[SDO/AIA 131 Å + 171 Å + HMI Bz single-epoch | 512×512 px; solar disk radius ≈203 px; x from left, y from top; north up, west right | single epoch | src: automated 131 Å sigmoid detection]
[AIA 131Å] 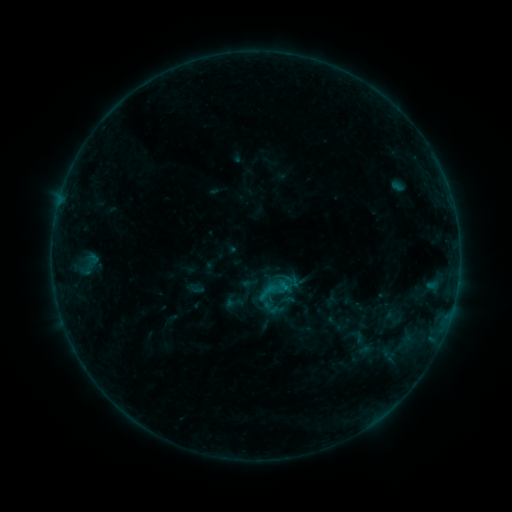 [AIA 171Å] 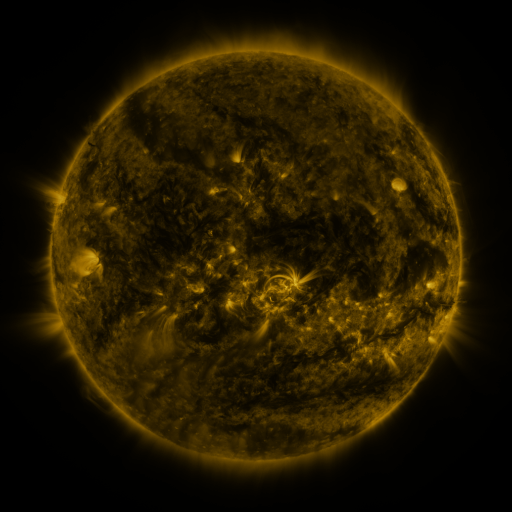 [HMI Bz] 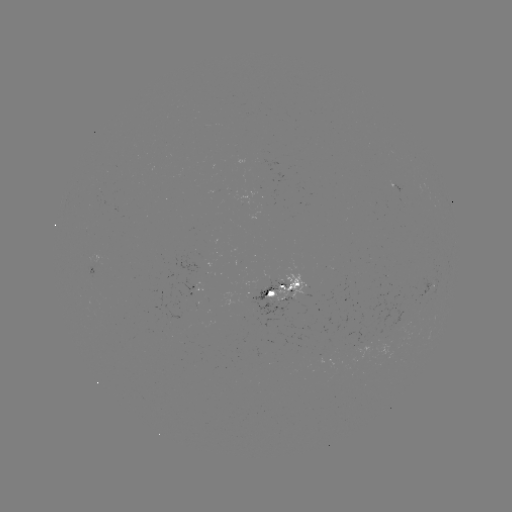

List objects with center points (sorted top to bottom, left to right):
sigmoid: [240, 274, 259, 292]
sigmoid: [222, 293, 244, 313]
